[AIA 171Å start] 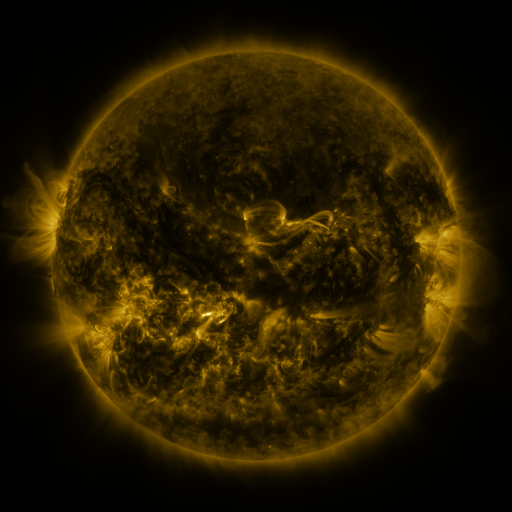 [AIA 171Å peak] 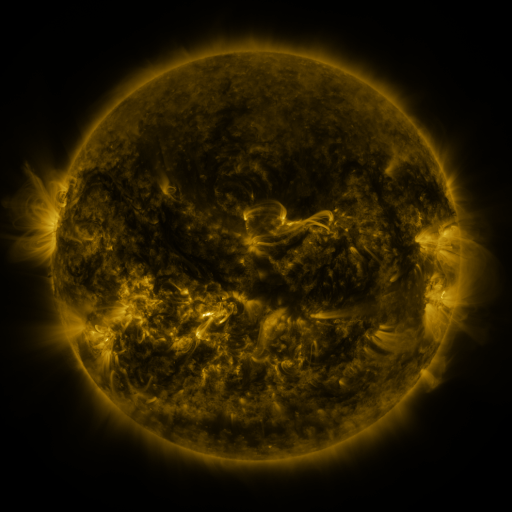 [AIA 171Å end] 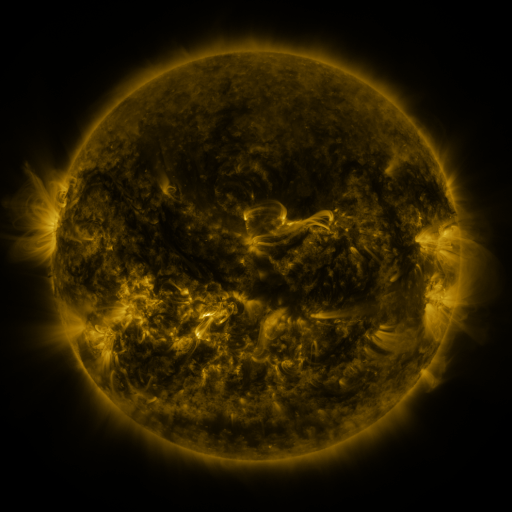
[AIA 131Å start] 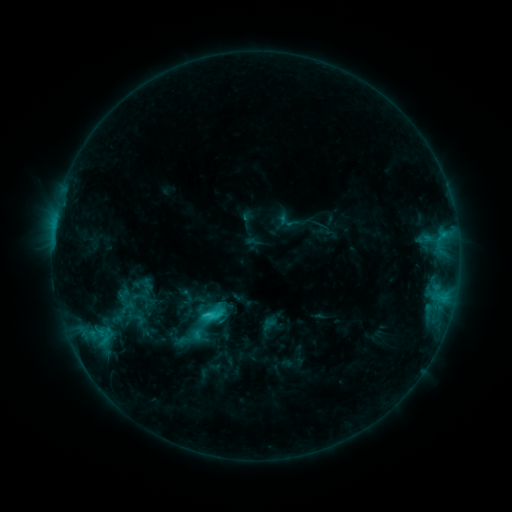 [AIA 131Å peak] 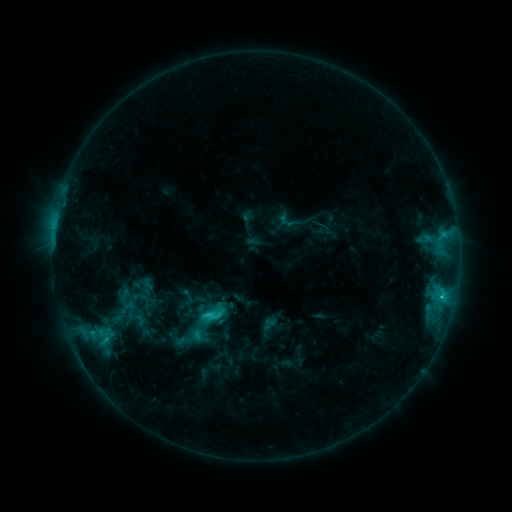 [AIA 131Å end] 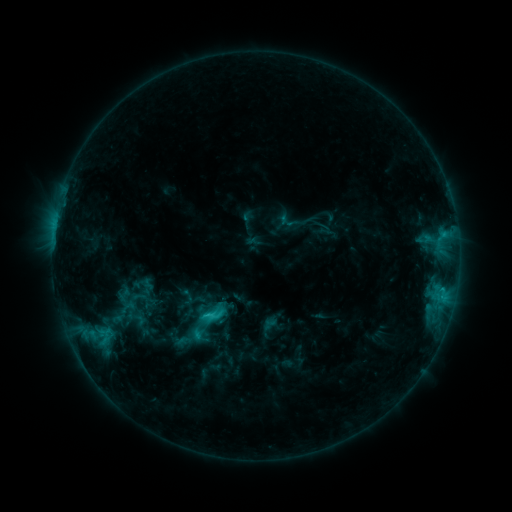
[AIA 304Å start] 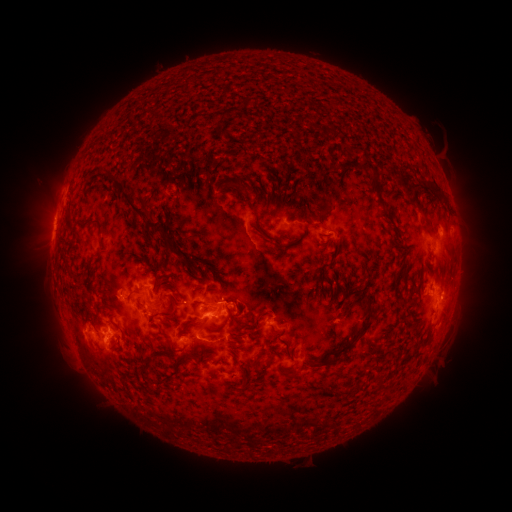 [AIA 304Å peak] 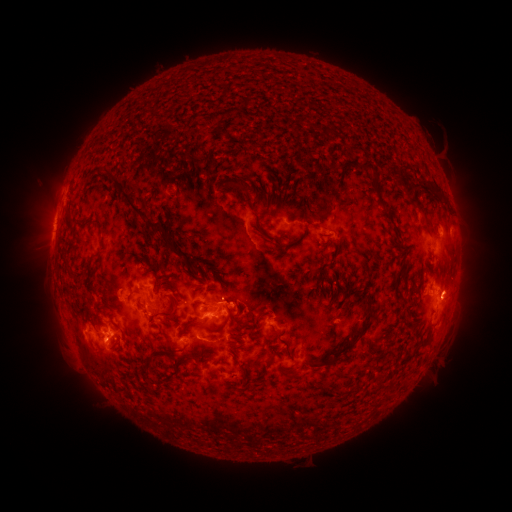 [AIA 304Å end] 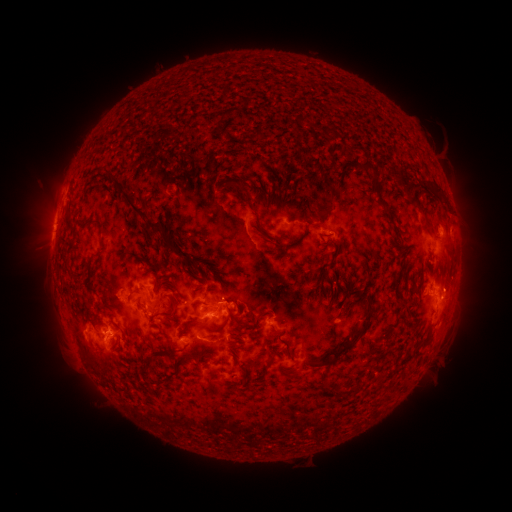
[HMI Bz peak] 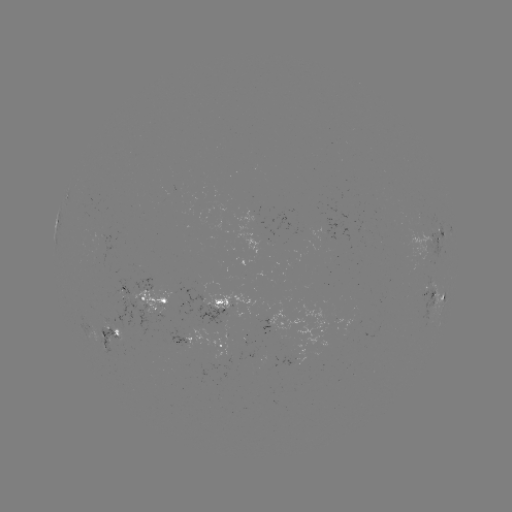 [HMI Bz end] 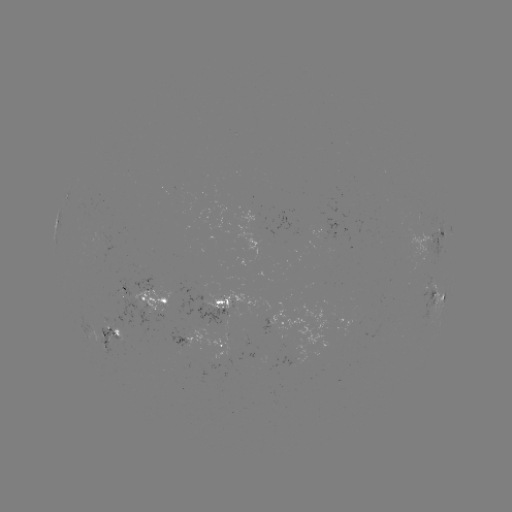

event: eruption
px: (455, 294)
